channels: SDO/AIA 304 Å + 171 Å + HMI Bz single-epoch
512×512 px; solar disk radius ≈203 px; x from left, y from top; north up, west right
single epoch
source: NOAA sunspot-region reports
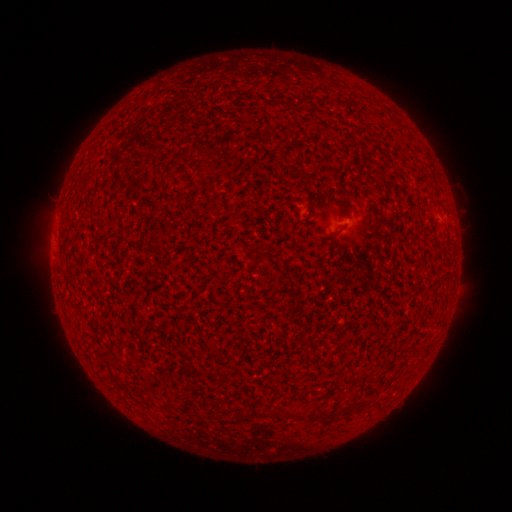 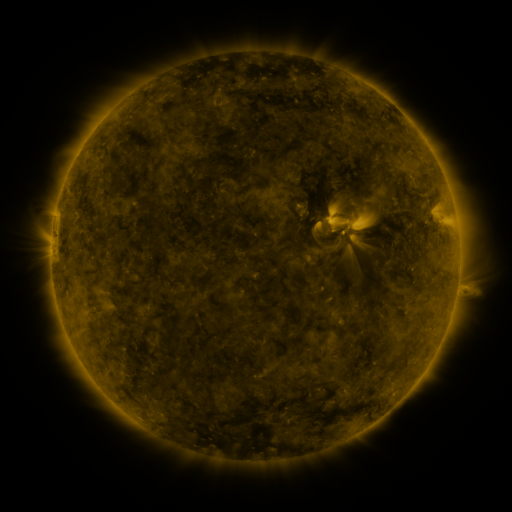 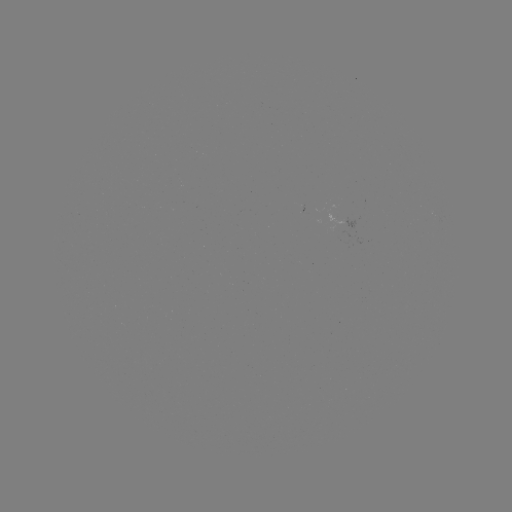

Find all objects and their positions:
(none)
